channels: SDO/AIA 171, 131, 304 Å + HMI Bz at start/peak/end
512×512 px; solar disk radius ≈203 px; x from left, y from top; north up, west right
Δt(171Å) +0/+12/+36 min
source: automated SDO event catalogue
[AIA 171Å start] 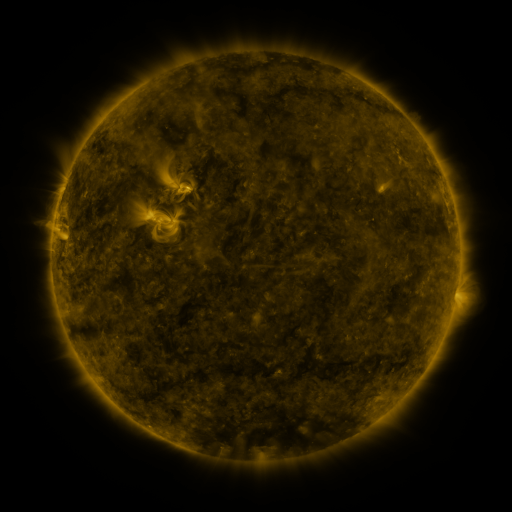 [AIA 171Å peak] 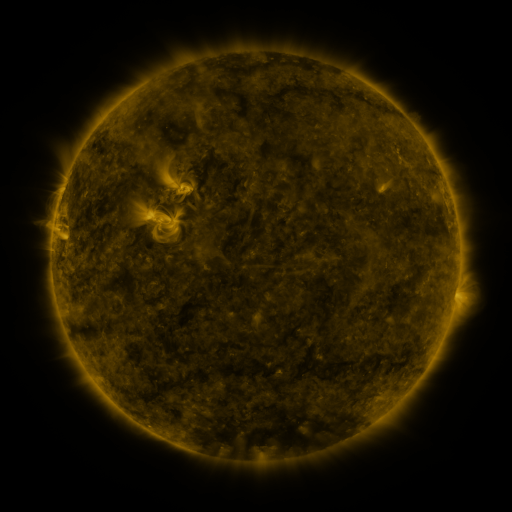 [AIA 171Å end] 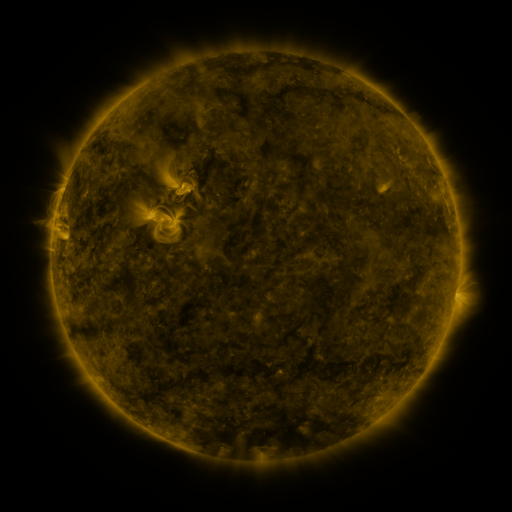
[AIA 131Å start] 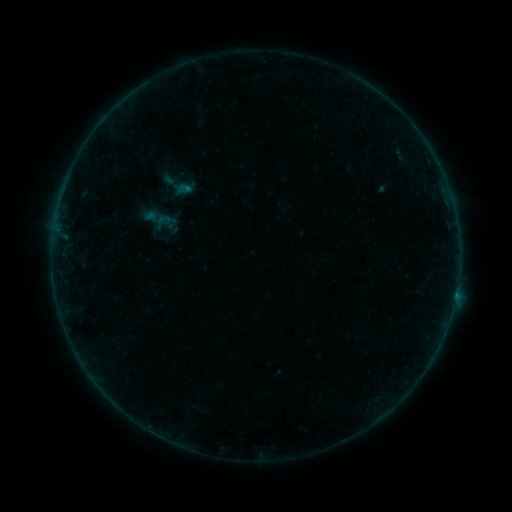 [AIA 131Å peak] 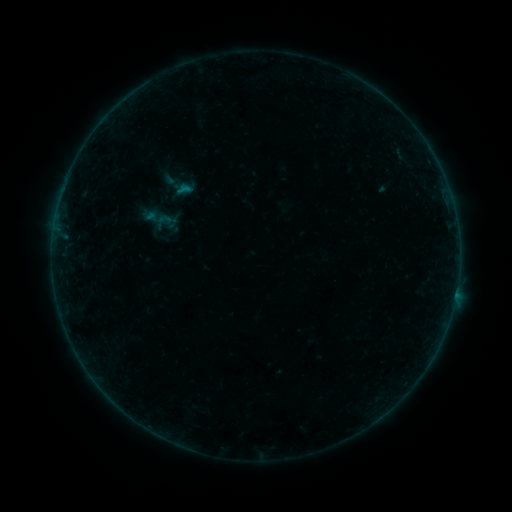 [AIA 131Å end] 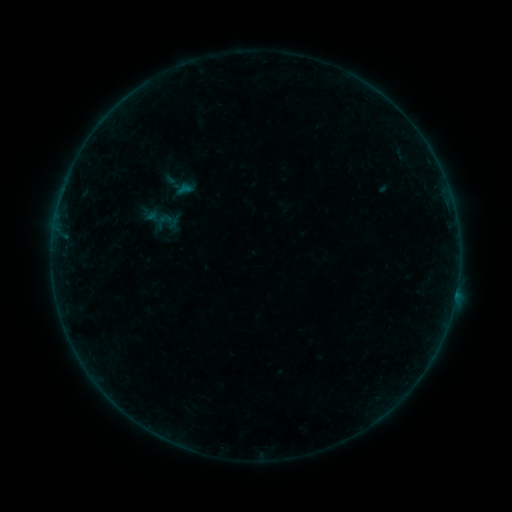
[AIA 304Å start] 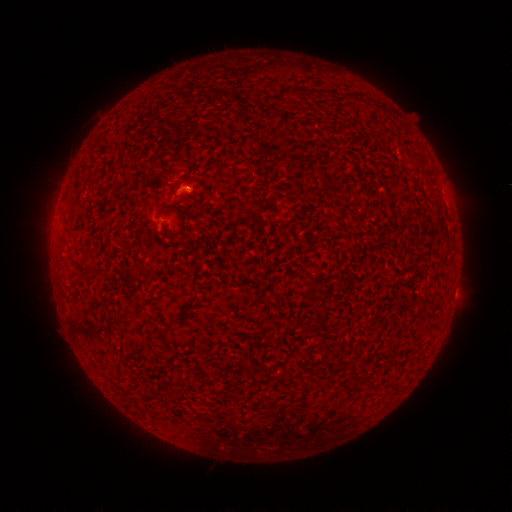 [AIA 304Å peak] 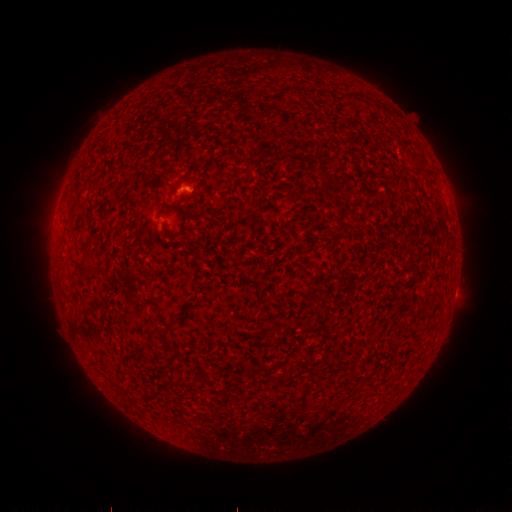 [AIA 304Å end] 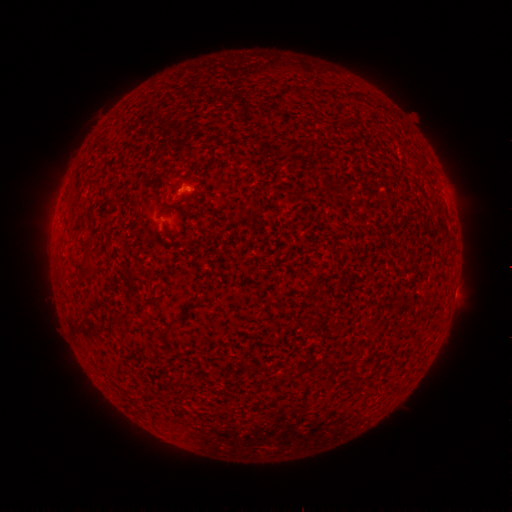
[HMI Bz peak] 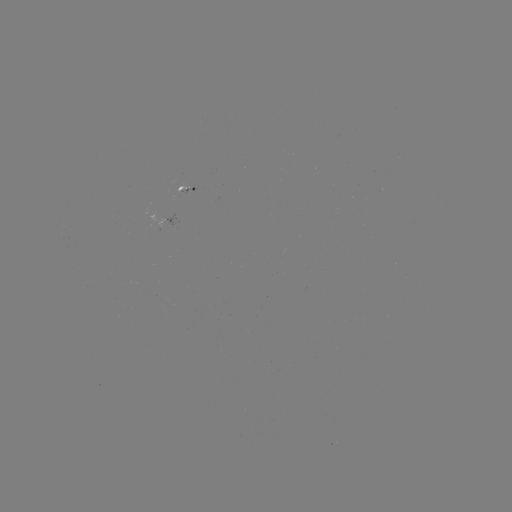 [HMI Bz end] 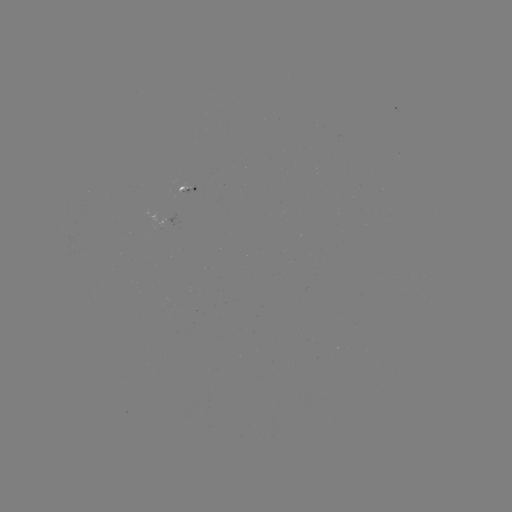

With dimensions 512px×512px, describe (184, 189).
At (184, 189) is B1.7 flare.